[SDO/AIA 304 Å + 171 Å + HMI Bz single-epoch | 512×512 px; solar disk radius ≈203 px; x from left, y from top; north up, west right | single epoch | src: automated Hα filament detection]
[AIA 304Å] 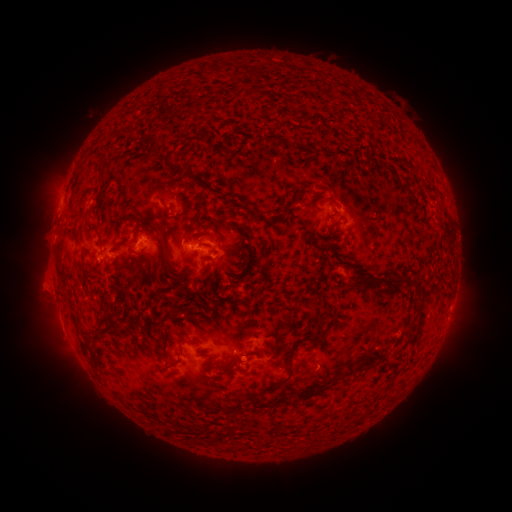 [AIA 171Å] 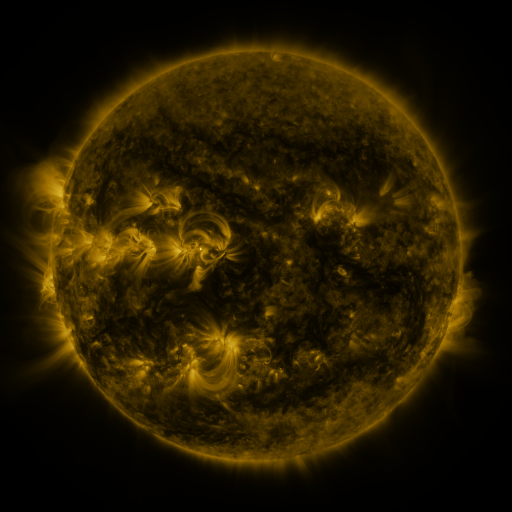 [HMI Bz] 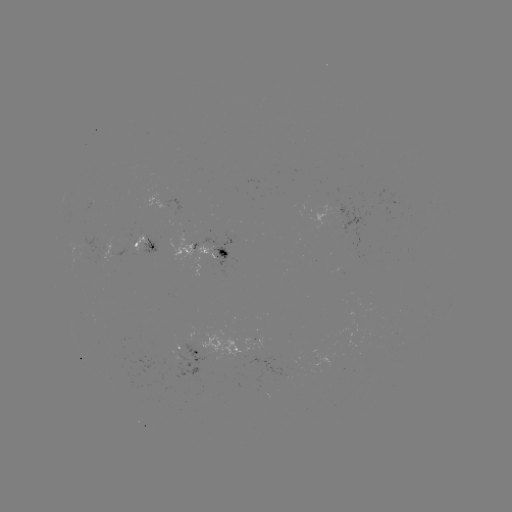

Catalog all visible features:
filament: [115, 131, 126, 139]
filament: [279, 138, 291, 145]
filament: [143, 148, 153, 160]
filament: [96, 155, 107, 165]
filament: [172, 165, 182, 177]
filament: [96, 174, 105, 188]
filament: [80, 189, 97, 209]
filament: [157, 190, 168, 198]
filament: [179, 200, 191, 218]
filament: [327, 218, 341, 231]
filament: [218, 219, 254, 258]
filament: [86, 224, 100, 238]
filament: [147, 225, 172, 272]
filament: [65, 229, 83, 247]
filament: [57, 242, 65, 254]
filament: [235, 266, 246, 274]
filament: [347, 270, 406, 288]
filament: [58, 271, 70, 287]
filament: [406, 276, 417, 285]
filament: [61, 292, 70, 302]
filament: [311, 300, 326, 327]
filament: [177, 307, 186, 315]
filament: [105, 308, 116, 323]
filament: [113, 310, 123, 322]
filament: [281, 311, 293, 324]
filament: [147, 323, 155, 335]
filament: [78, 325, 95, 347]
filament: [284, 331, 320, 386]
filament: [163, 352, 184, 372]
filament: [297, 371, 346, 398]
filament: [277, 395, 290, 405]
filament: [193, 435, 201, 445]
